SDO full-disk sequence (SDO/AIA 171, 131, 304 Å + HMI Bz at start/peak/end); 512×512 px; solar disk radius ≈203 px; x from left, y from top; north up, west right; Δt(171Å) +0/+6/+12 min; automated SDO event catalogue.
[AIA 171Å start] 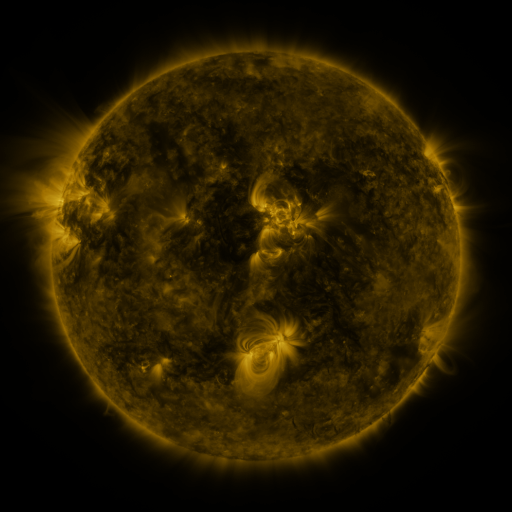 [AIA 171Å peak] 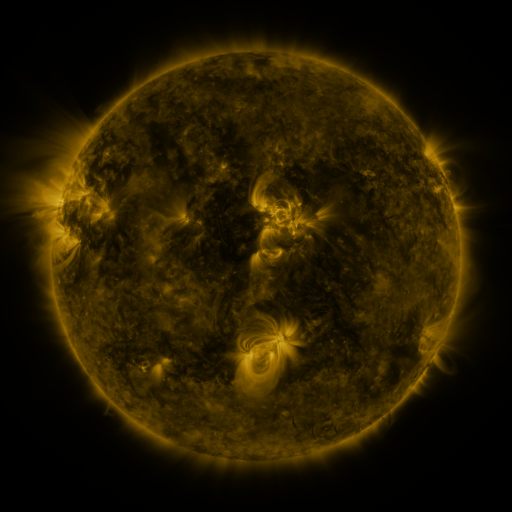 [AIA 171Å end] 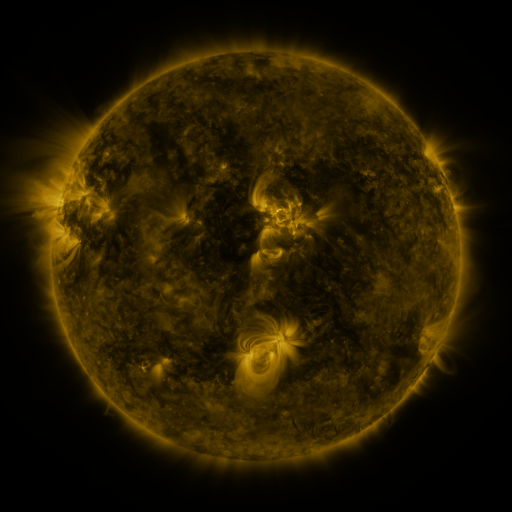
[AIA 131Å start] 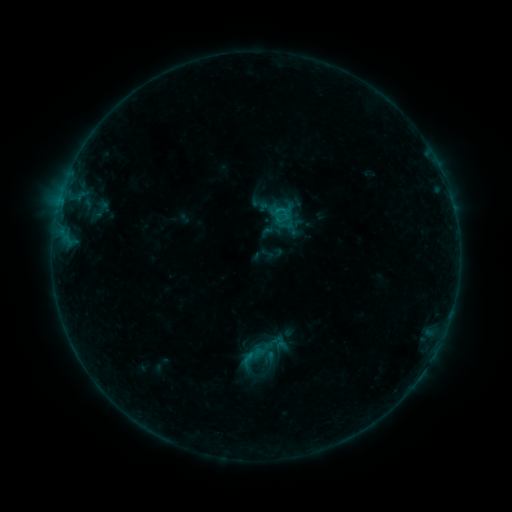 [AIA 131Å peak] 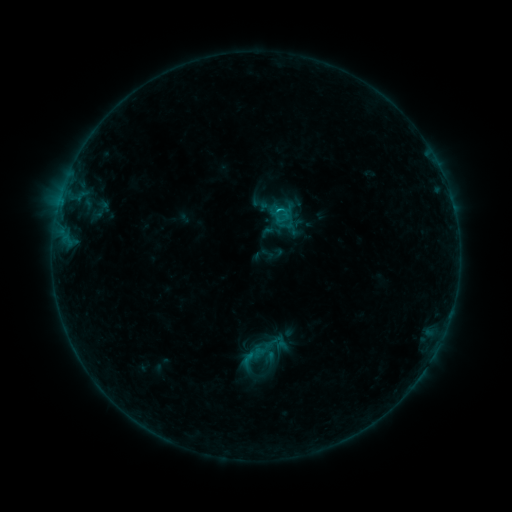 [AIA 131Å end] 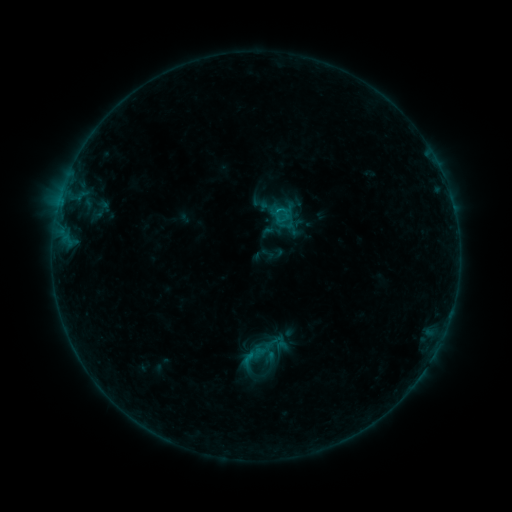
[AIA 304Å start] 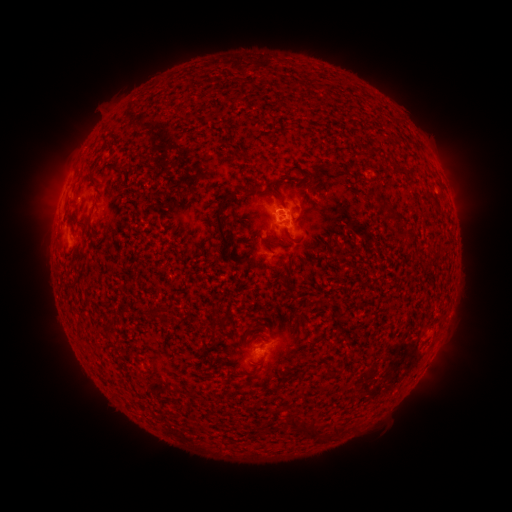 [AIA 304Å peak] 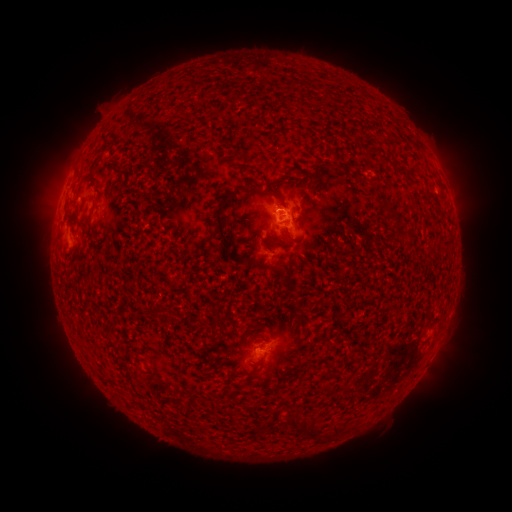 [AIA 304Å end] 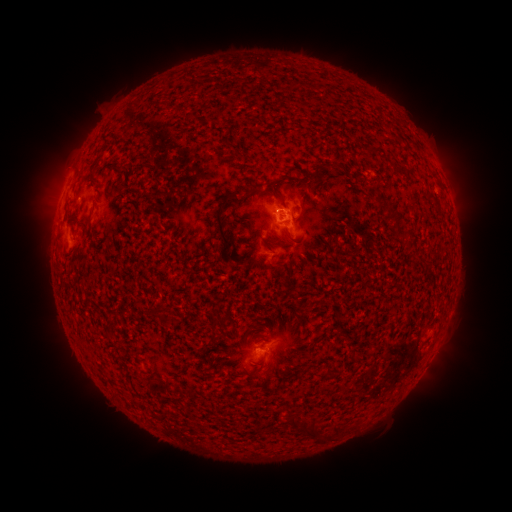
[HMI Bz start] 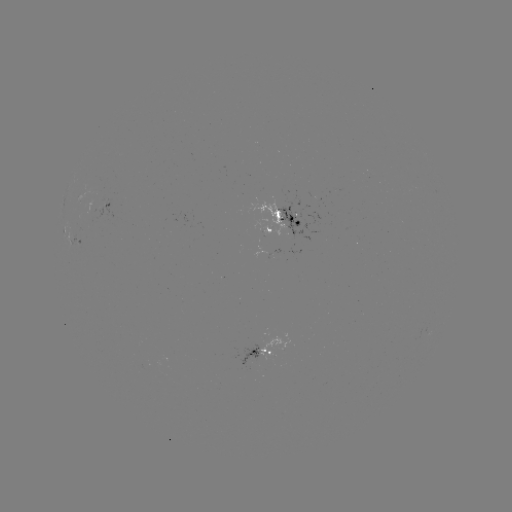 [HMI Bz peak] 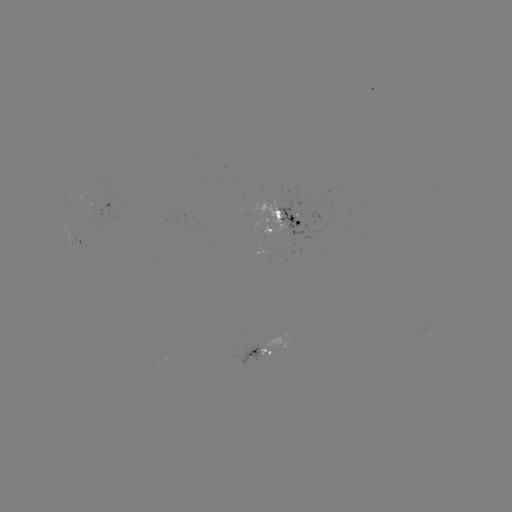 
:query B6.2 flare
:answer [276, 213]